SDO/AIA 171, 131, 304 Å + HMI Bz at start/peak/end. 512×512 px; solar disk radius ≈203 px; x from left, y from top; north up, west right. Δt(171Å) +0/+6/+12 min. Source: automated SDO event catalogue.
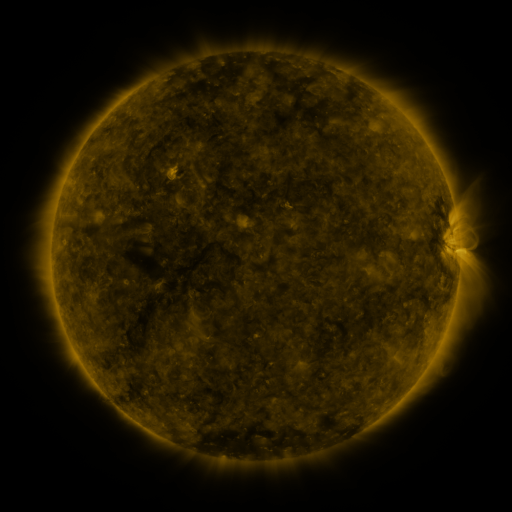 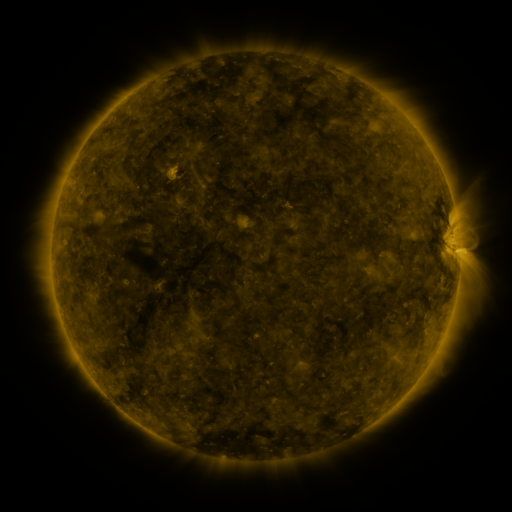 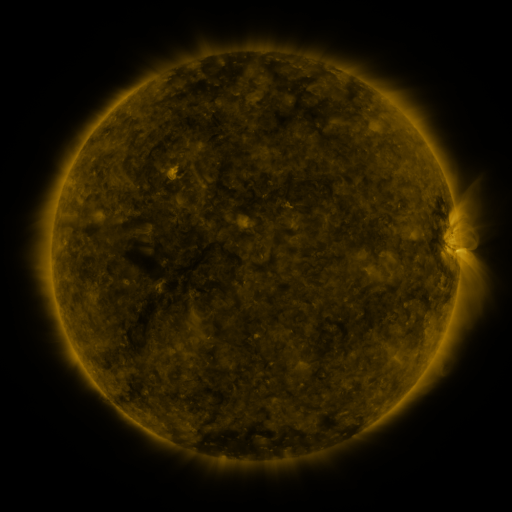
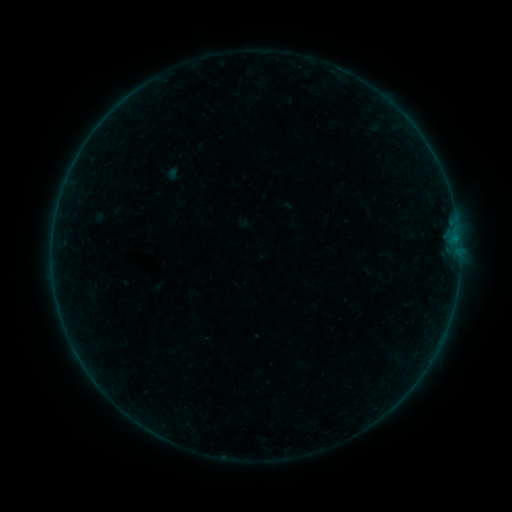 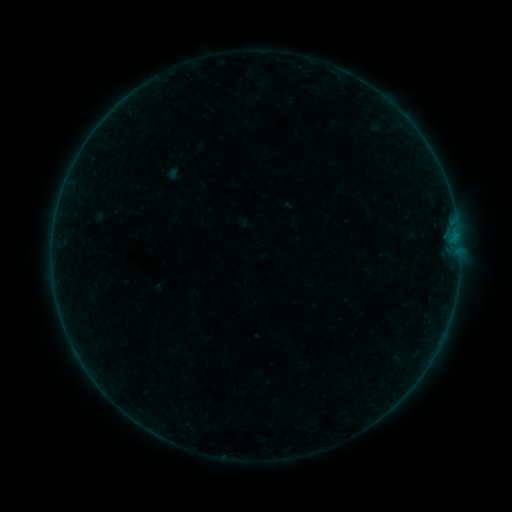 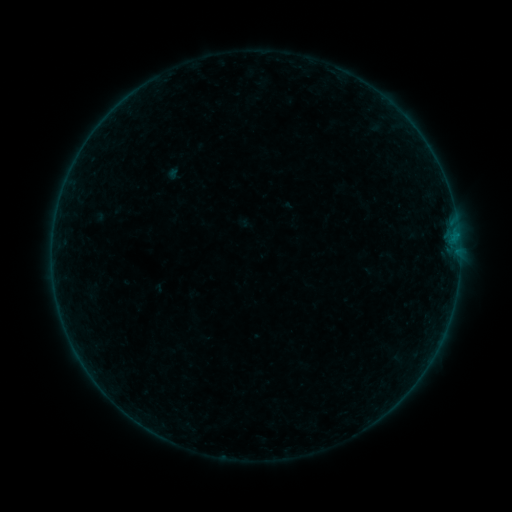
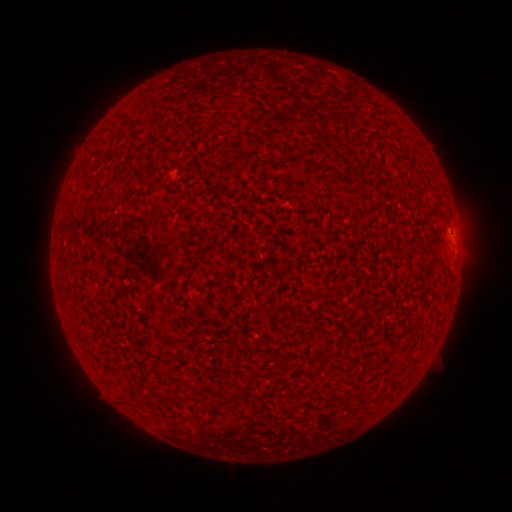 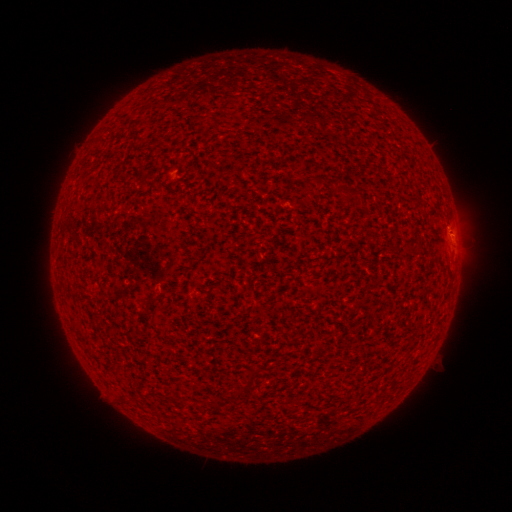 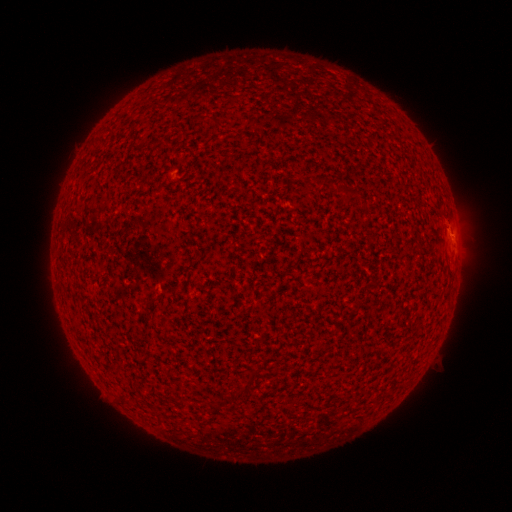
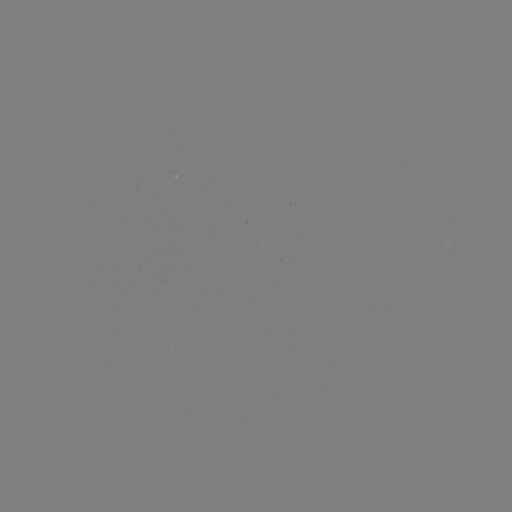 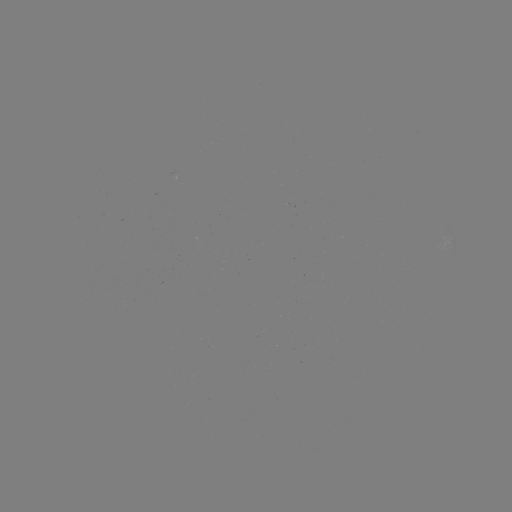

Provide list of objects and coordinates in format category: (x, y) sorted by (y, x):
B1.1 flare: (456, 236)
